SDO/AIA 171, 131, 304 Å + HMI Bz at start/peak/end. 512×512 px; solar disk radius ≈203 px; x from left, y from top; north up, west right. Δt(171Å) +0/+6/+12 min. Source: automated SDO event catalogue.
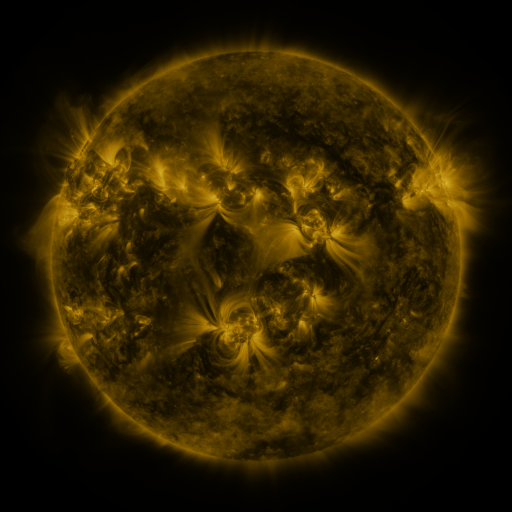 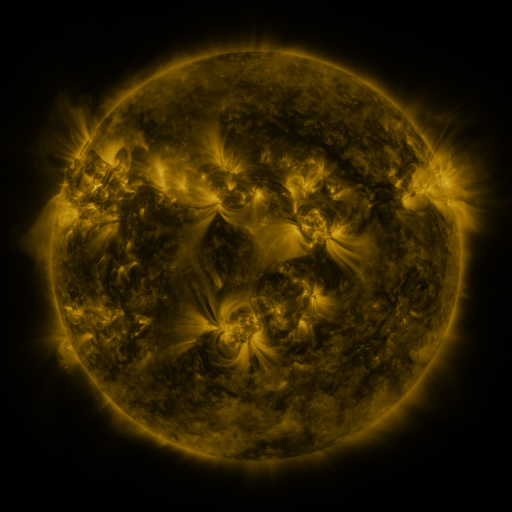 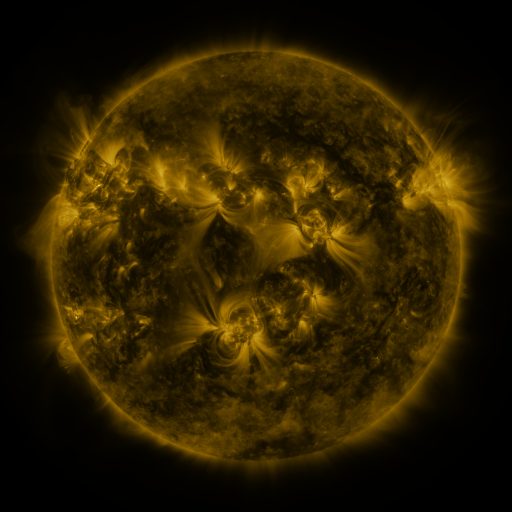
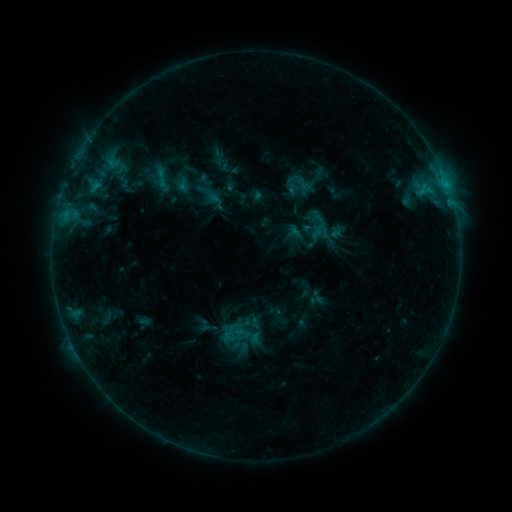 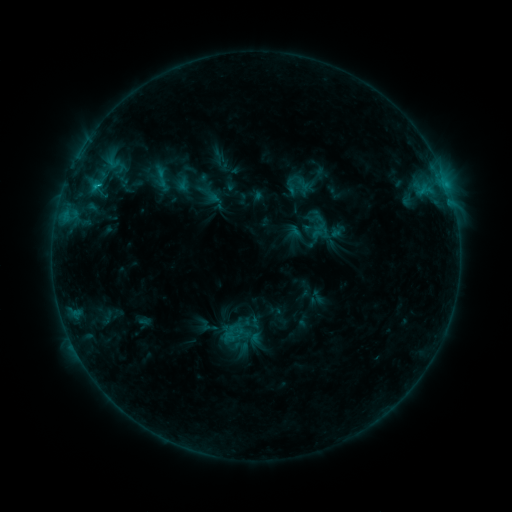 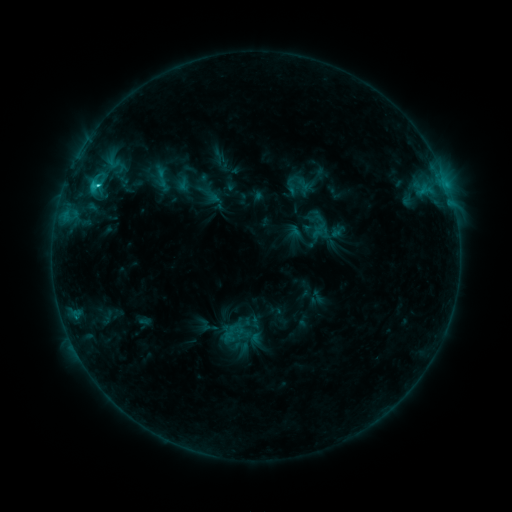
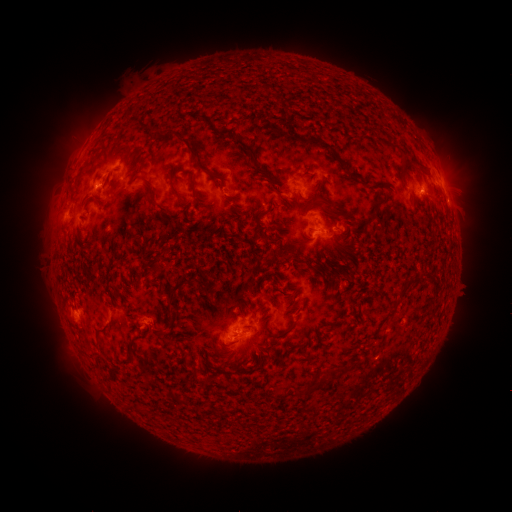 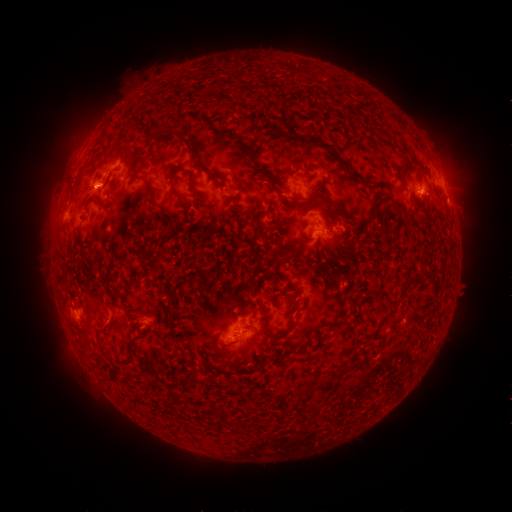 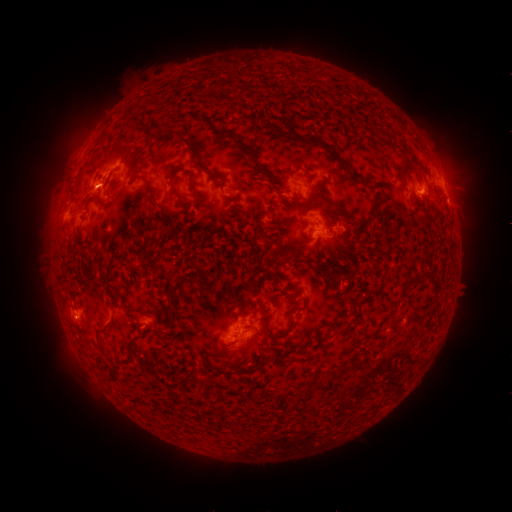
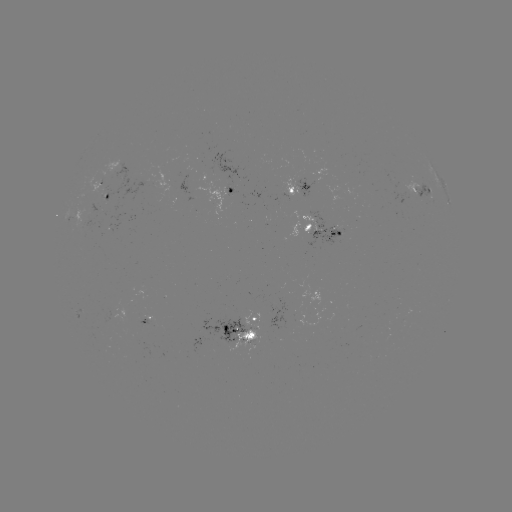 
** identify eruption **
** [86, 187] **